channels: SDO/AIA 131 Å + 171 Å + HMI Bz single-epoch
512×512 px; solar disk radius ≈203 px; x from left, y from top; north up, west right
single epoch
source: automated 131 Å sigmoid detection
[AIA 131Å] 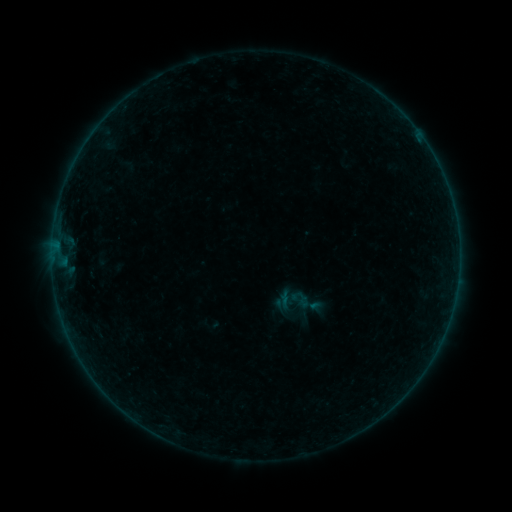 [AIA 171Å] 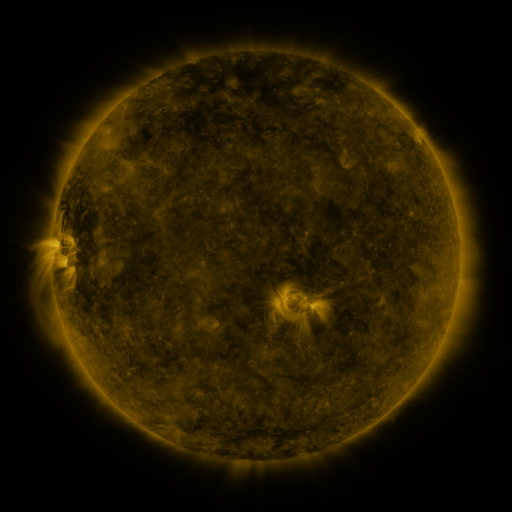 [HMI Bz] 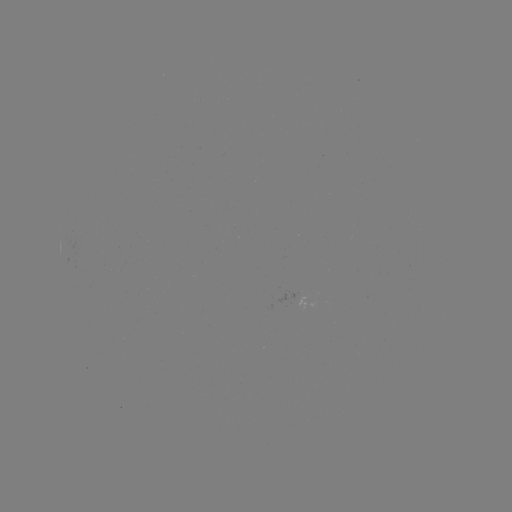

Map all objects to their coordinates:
sigmoid: <bbox>289, 288, 311, 310</bbox>
